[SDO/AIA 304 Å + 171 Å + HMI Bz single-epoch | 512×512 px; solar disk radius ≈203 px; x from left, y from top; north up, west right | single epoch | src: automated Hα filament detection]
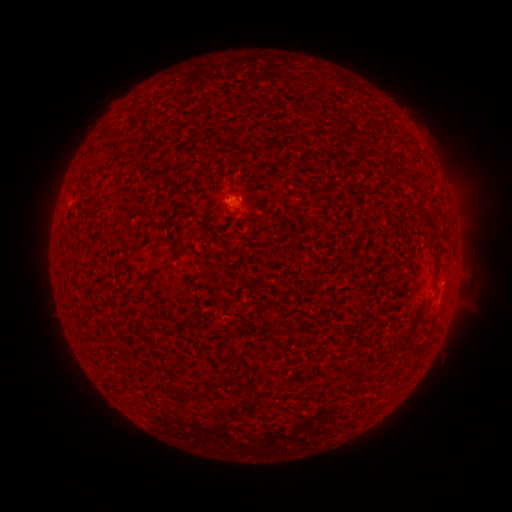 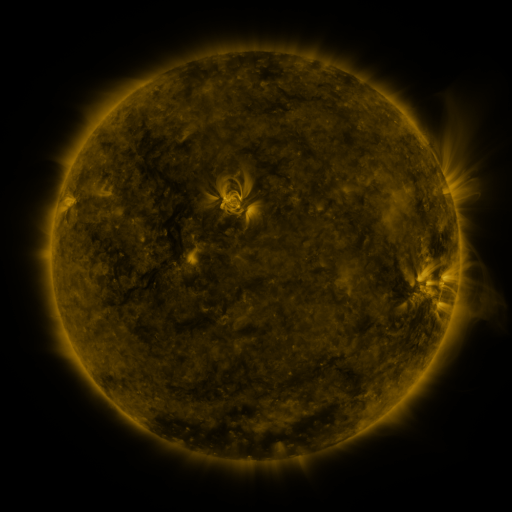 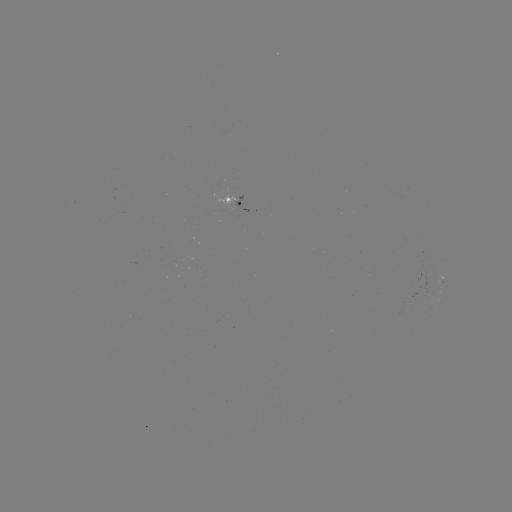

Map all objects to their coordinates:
filament: (422, 216, 436, 229)
filament: (171, 386, 193, 399)
